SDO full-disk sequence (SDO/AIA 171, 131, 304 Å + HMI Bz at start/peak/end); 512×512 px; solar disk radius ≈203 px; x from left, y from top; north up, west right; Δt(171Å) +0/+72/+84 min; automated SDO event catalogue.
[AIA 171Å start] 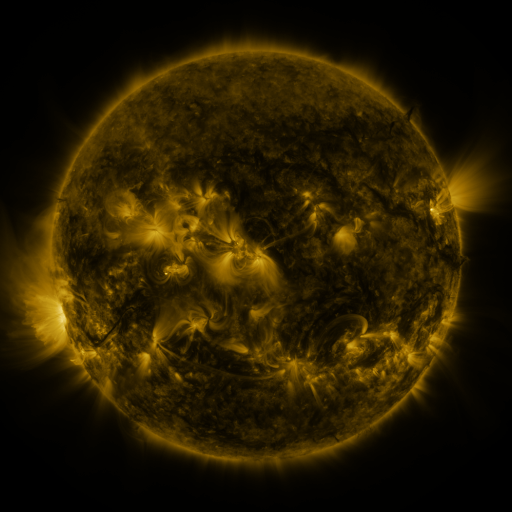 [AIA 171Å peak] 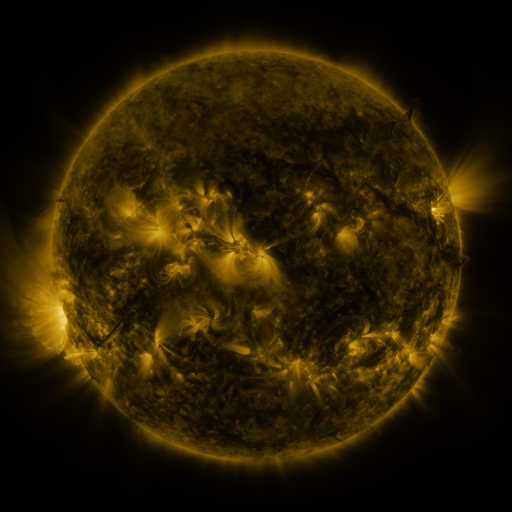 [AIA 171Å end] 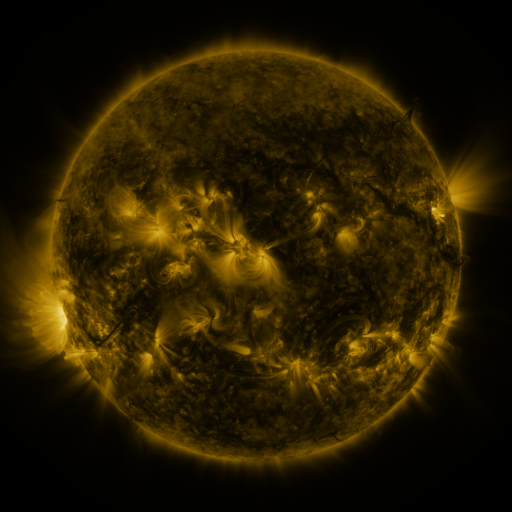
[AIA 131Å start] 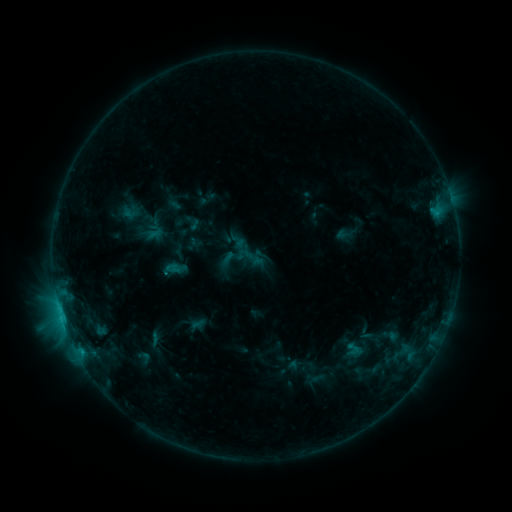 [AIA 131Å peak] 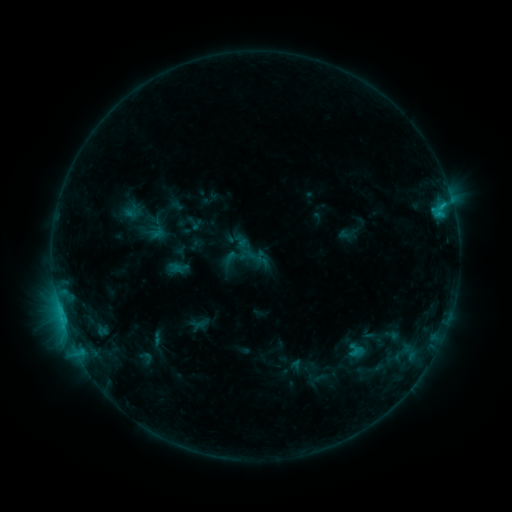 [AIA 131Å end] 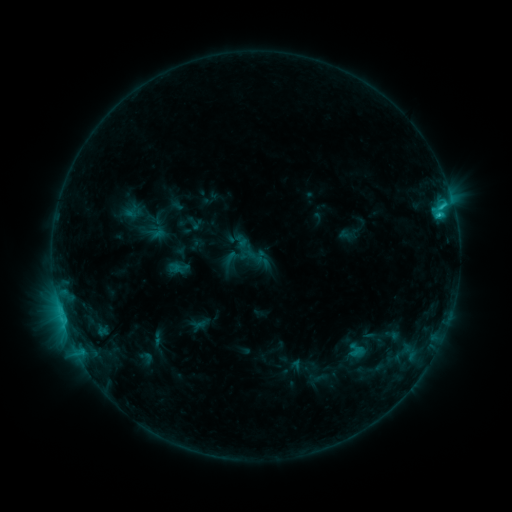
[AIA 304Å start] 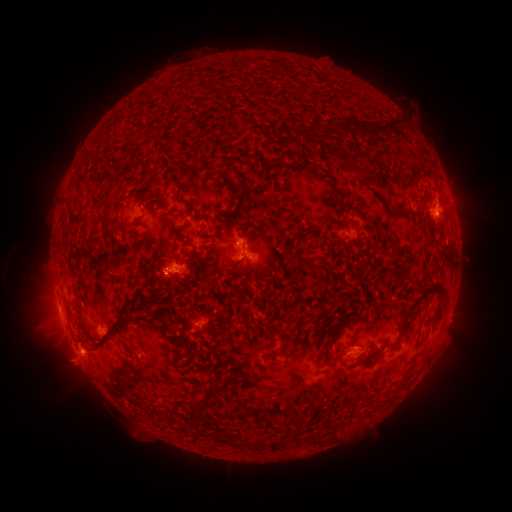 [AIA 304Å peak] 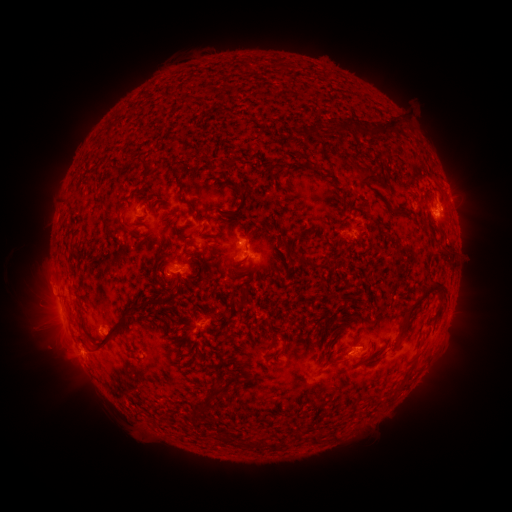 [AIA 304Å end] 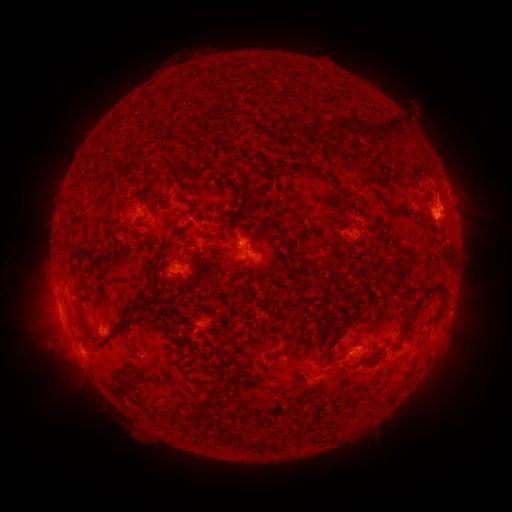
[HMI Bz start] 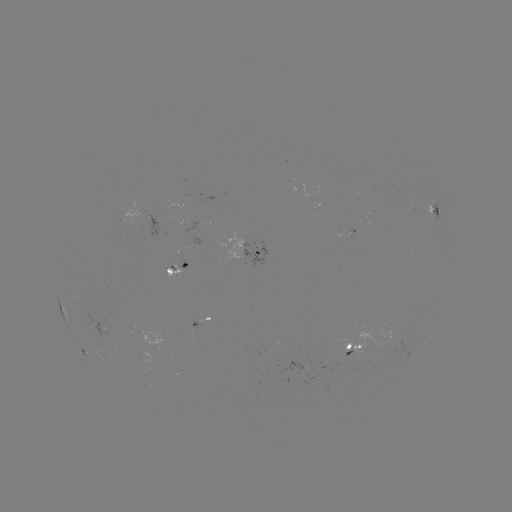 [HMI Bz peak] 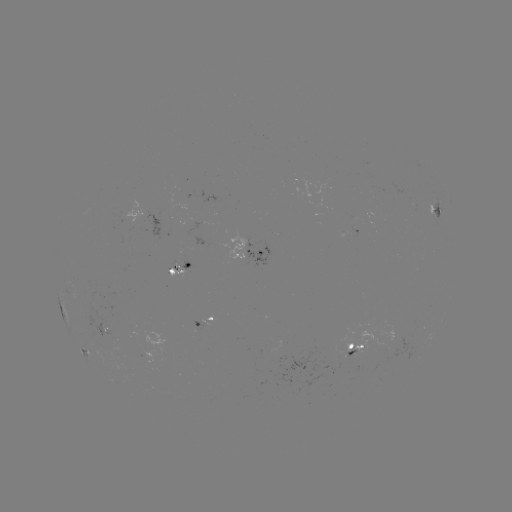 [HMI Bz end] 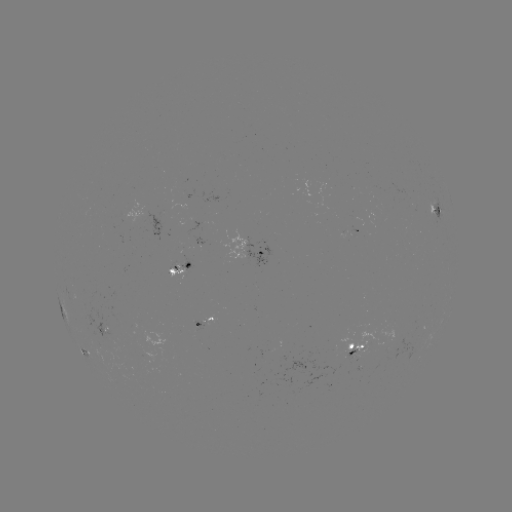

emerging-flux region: (167, 261, 182, 280)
